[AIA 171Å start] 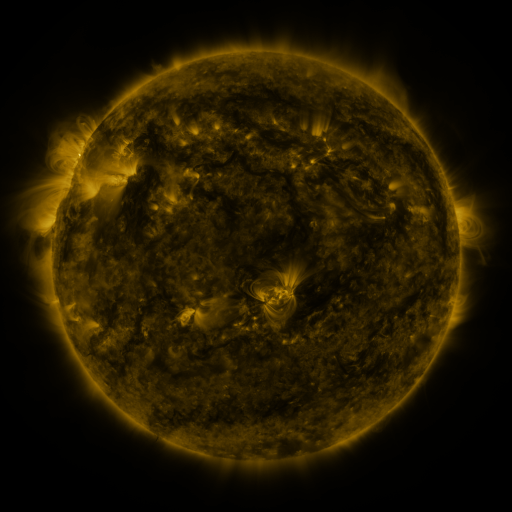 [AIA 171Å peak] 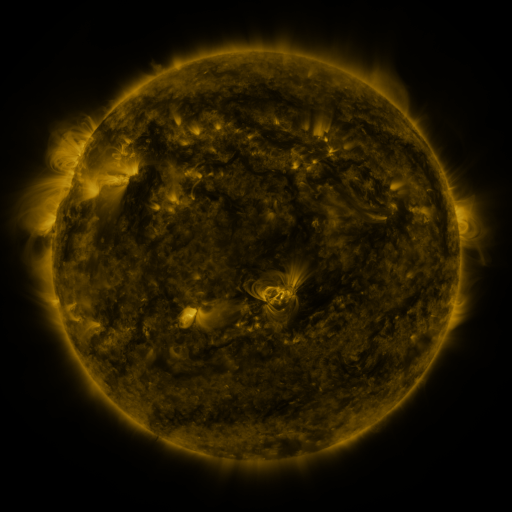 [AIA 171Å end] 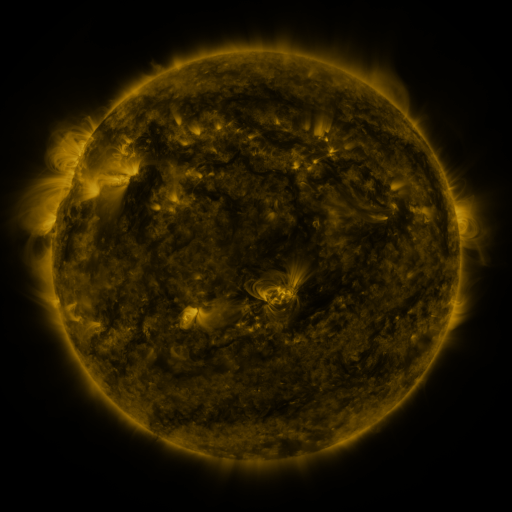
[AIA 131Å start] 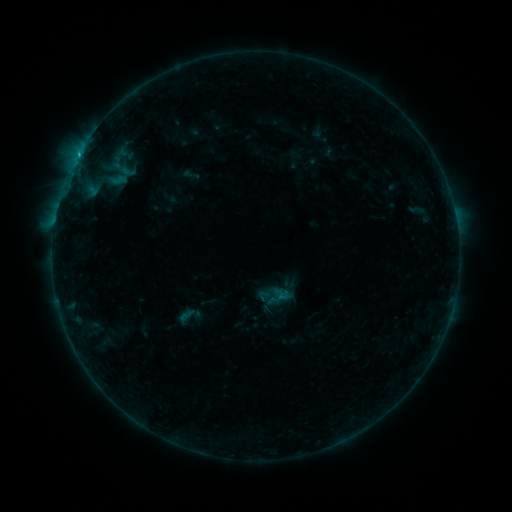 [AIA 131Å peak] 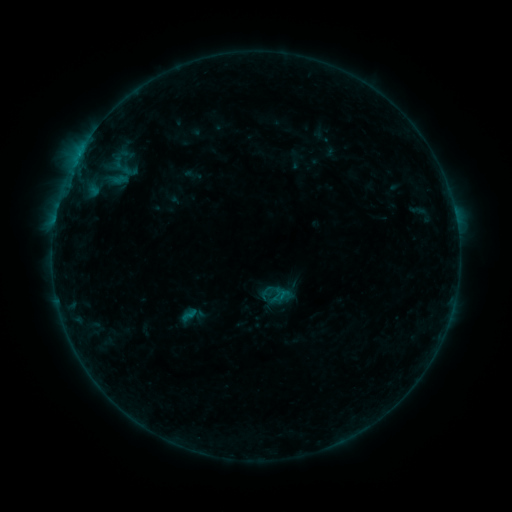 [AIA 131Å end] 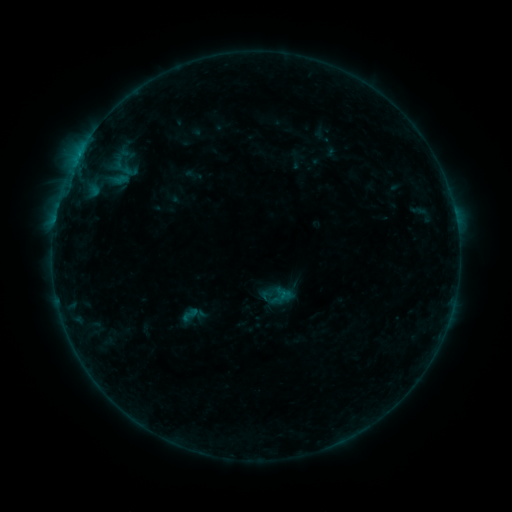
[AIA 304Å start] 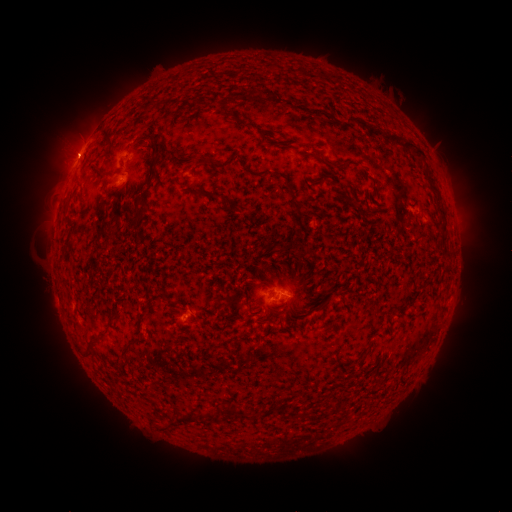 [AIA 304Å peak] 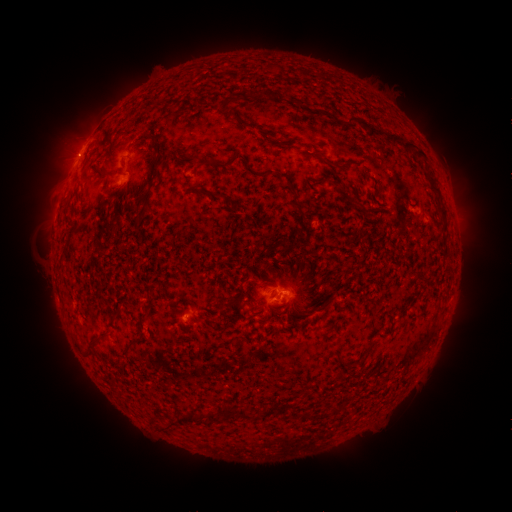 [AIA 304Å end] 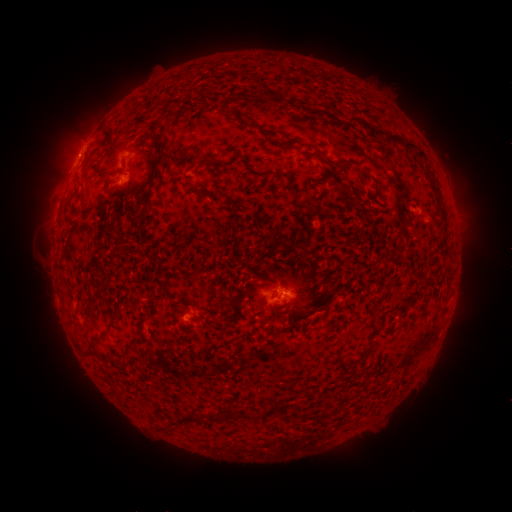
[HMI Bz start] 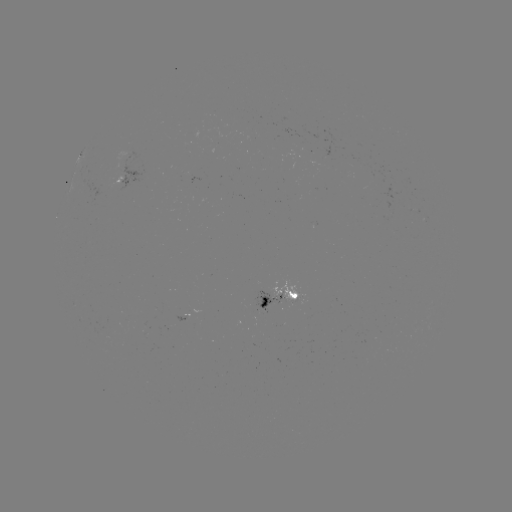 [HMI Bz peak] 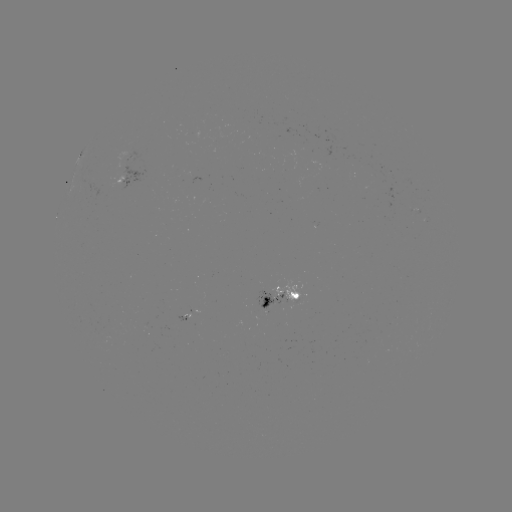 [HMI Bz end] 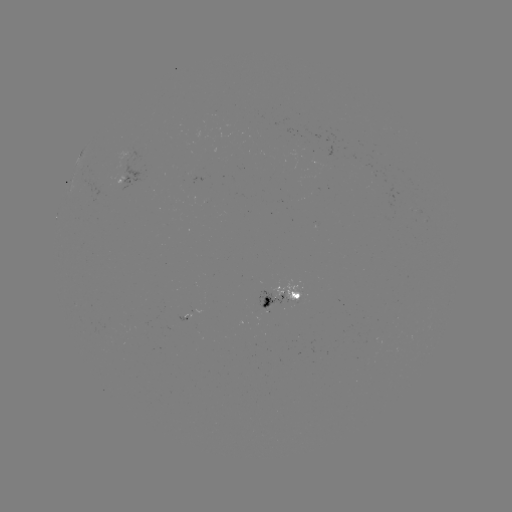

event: emerging-flux region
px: (279, 304)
